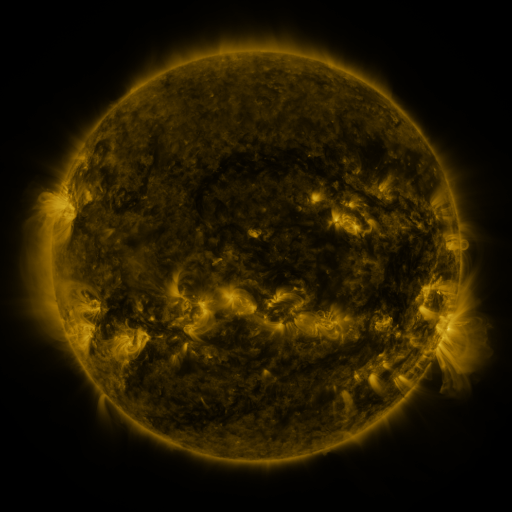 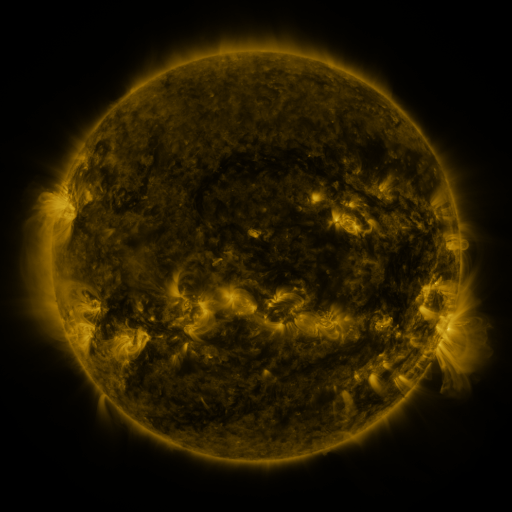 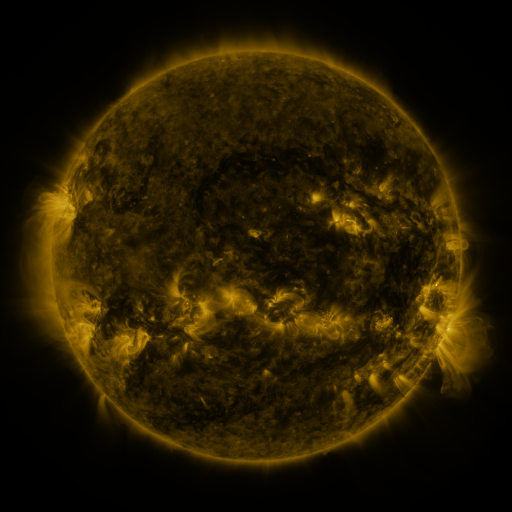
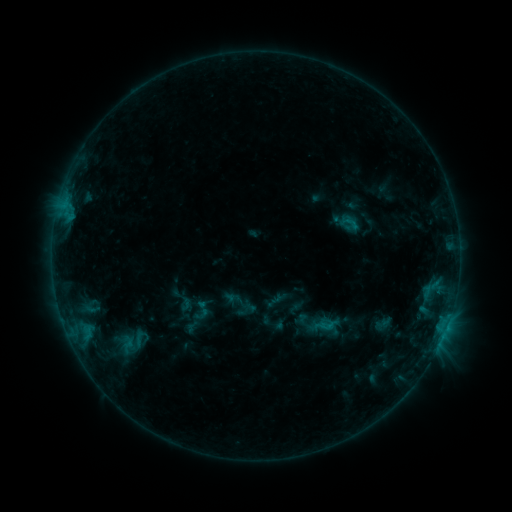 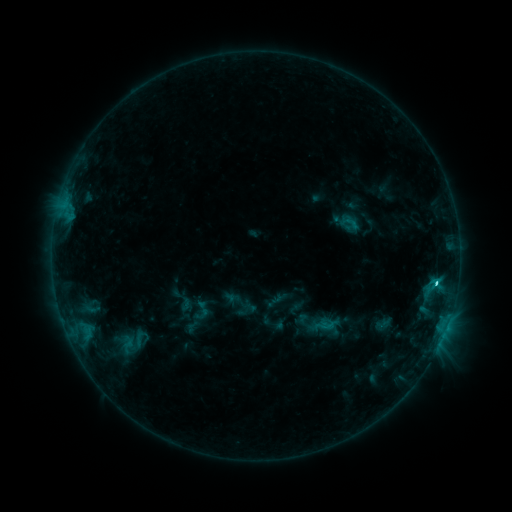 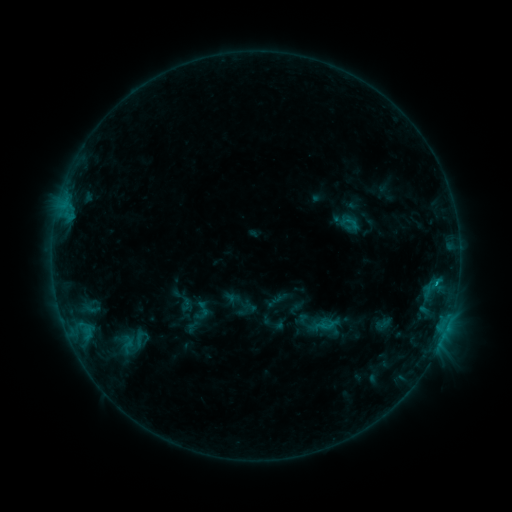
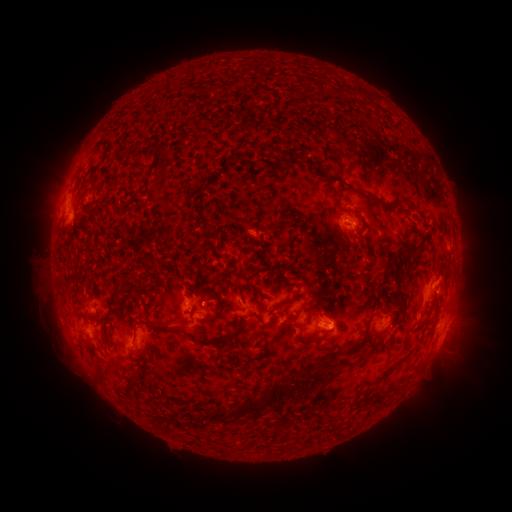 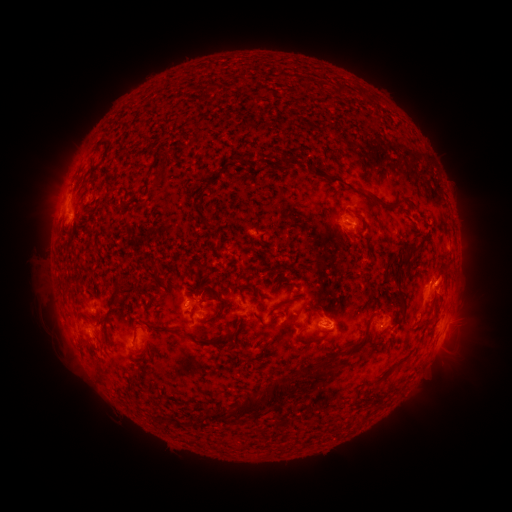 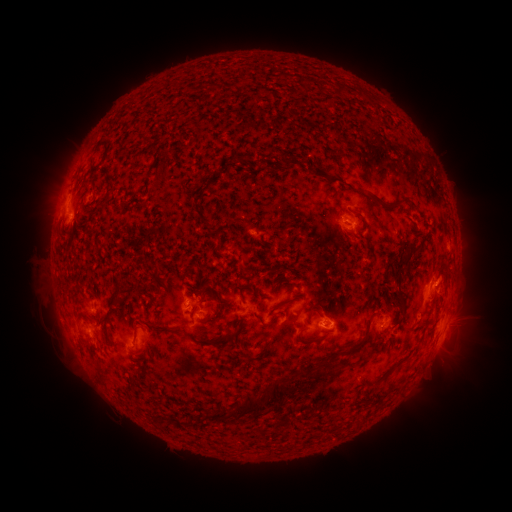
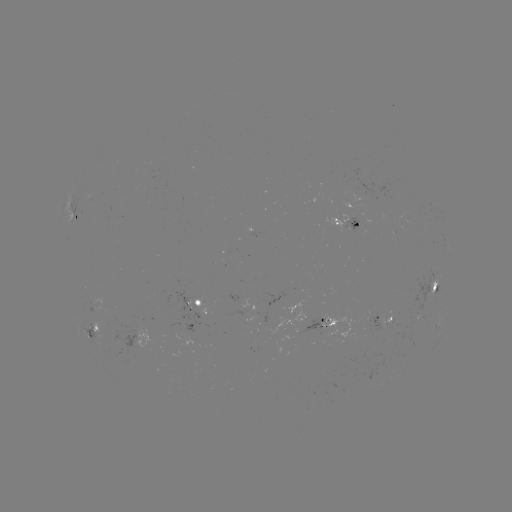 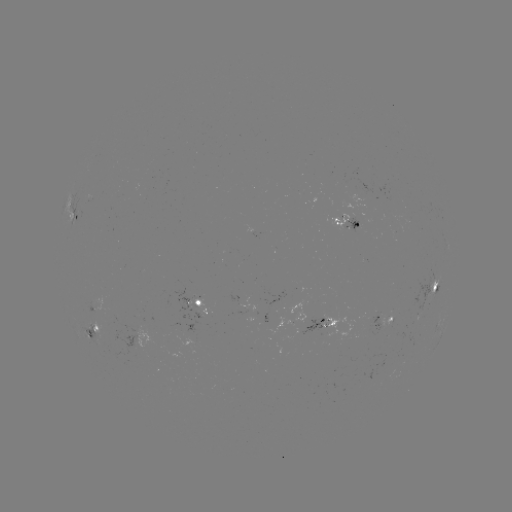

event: flare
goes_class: C1.8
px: (448, 319)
